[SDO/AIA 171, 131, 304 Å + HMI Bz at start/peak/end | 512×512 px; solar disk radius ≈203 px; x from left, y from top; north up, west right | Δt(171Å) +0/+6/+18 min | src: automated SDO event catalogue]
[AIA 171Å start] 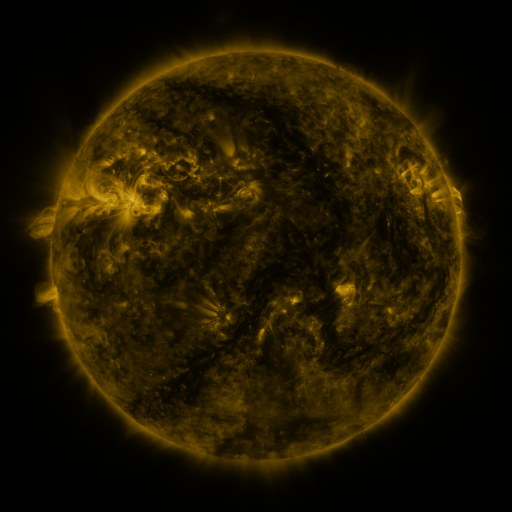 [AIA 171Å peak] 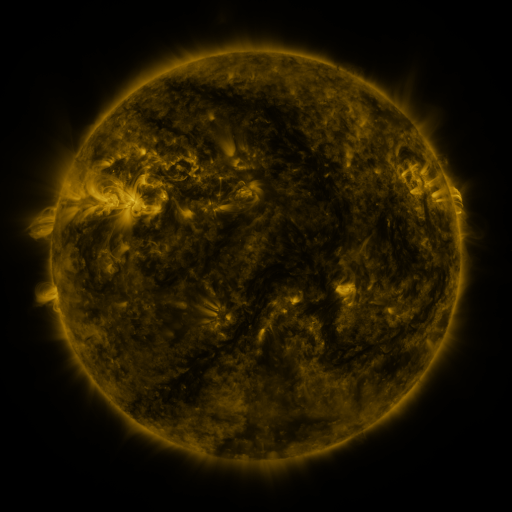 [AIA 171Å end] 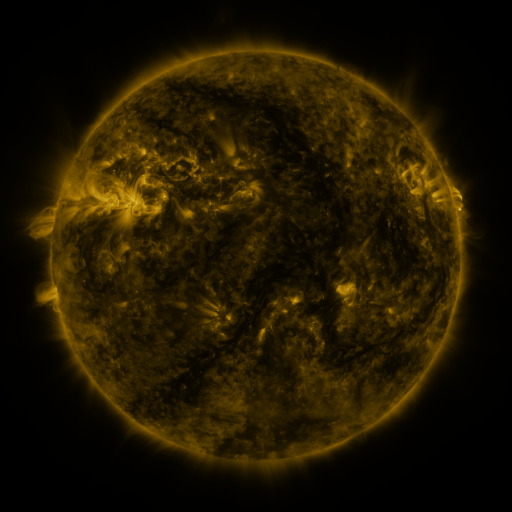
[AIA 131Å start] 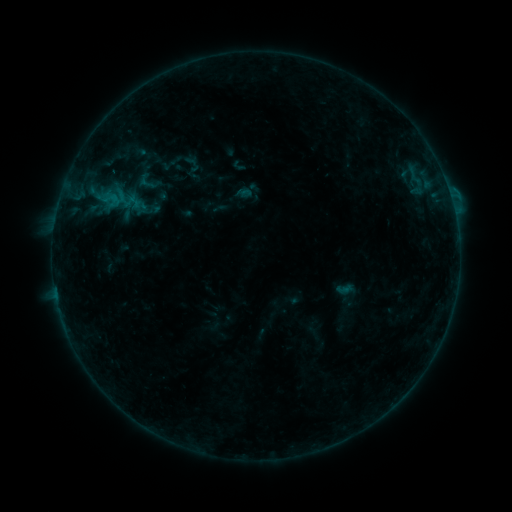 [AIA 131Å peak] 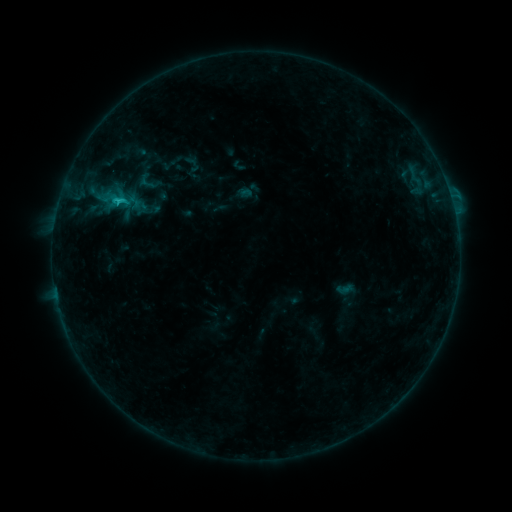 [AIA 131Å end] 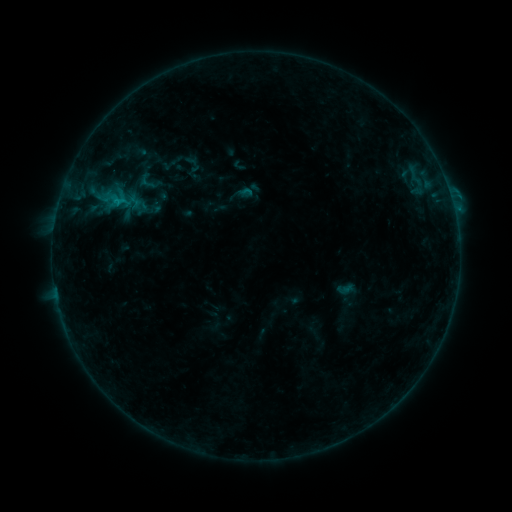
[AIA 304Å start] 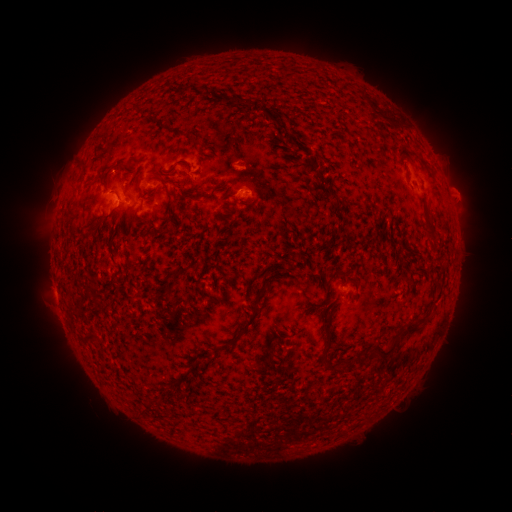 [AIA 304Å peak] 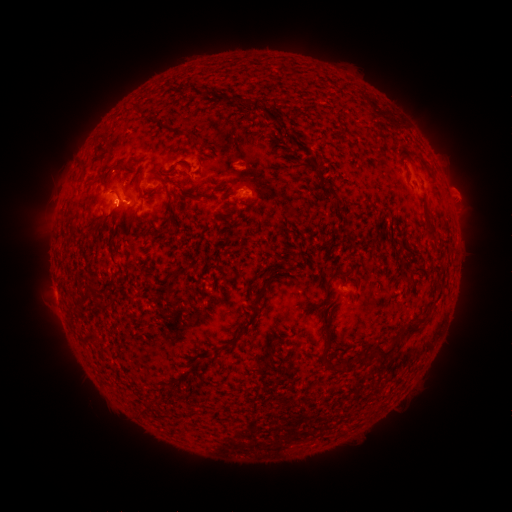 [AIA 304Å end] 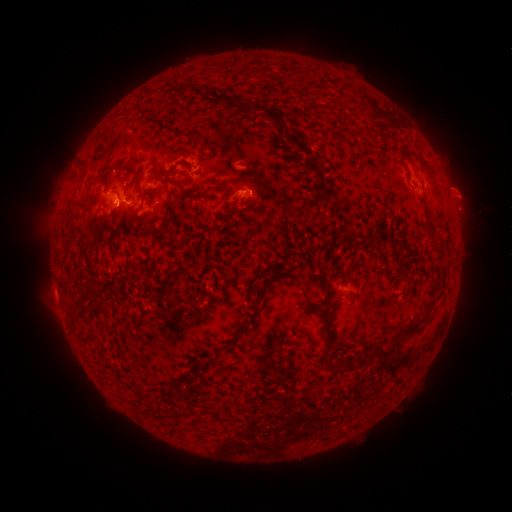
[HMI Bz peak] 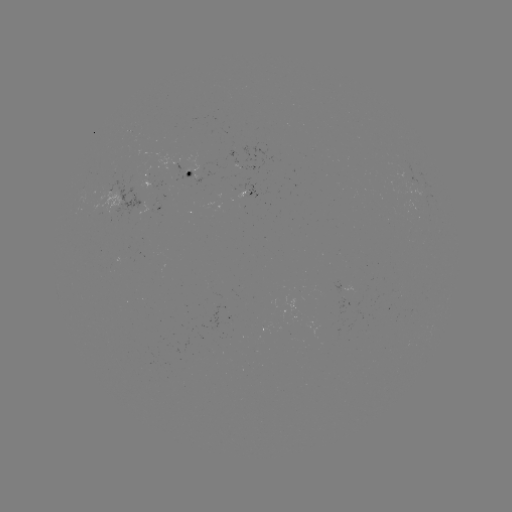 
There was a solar flare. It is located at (119, 202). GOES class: B9.9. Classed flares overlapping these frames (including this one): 1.